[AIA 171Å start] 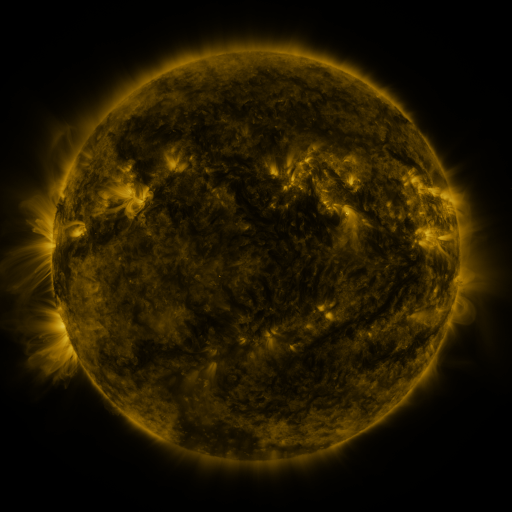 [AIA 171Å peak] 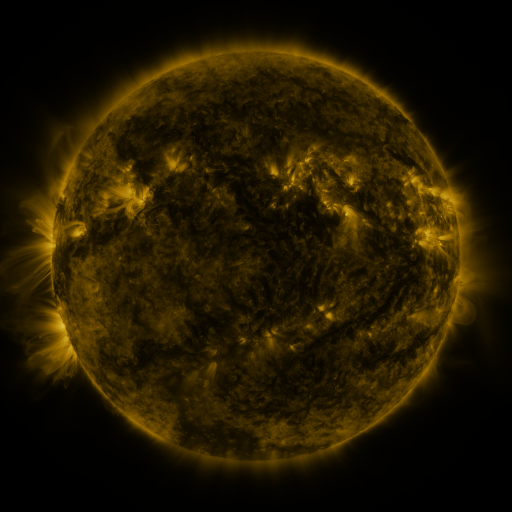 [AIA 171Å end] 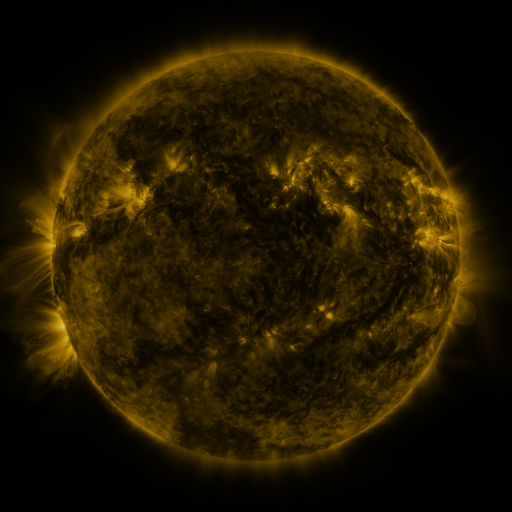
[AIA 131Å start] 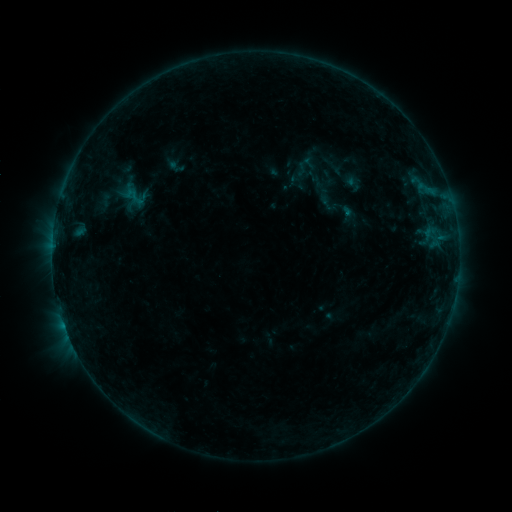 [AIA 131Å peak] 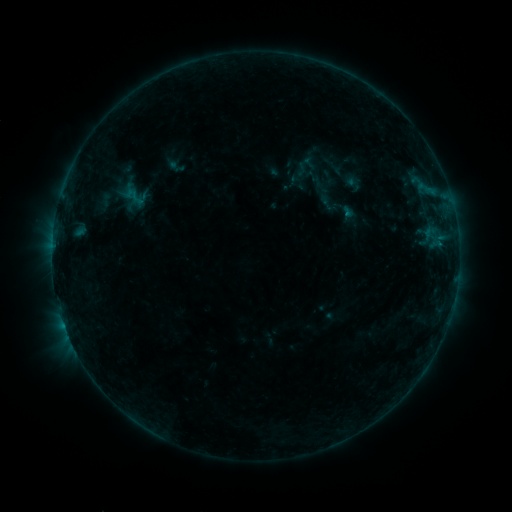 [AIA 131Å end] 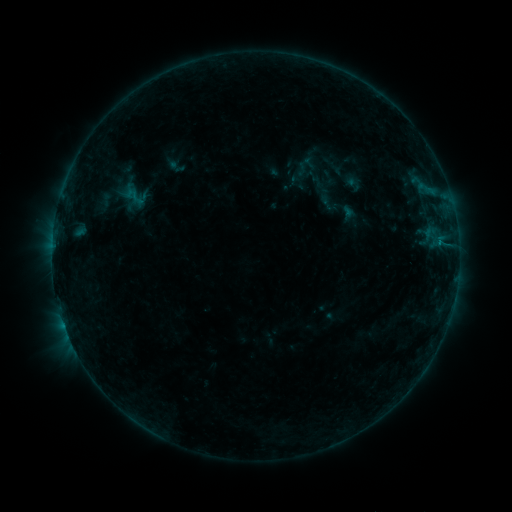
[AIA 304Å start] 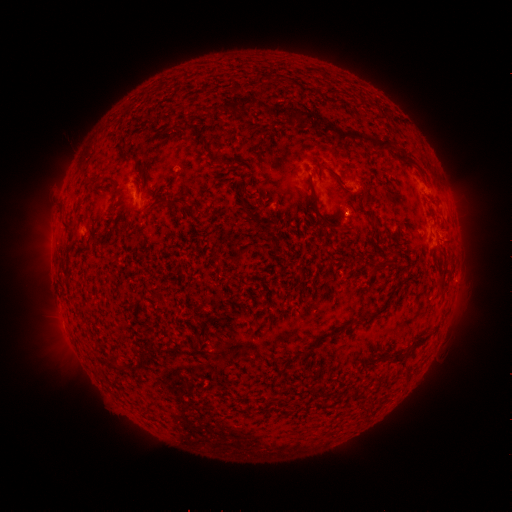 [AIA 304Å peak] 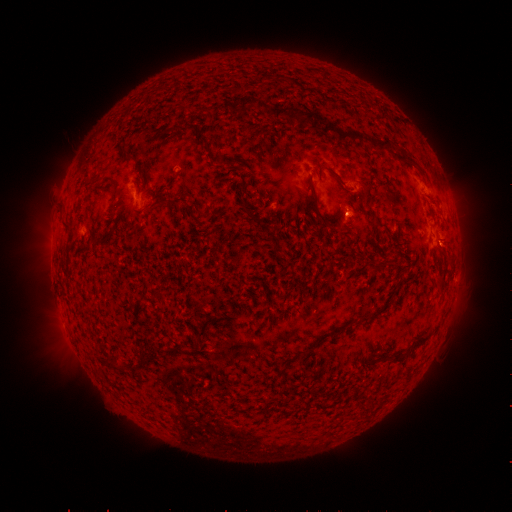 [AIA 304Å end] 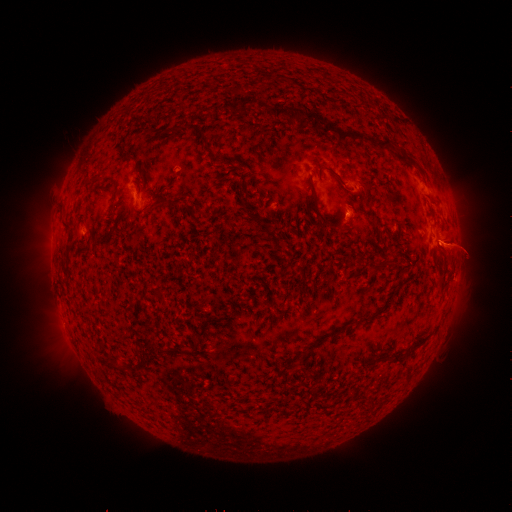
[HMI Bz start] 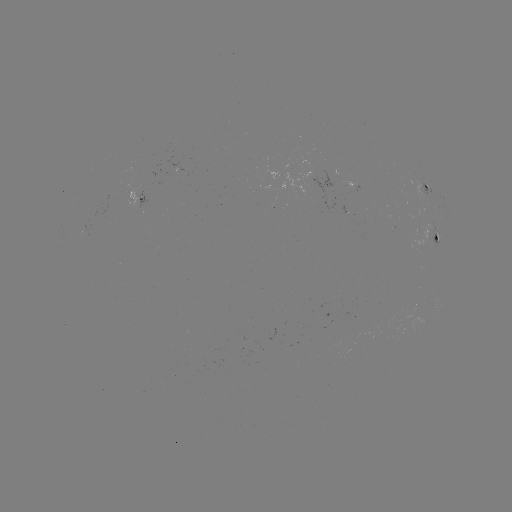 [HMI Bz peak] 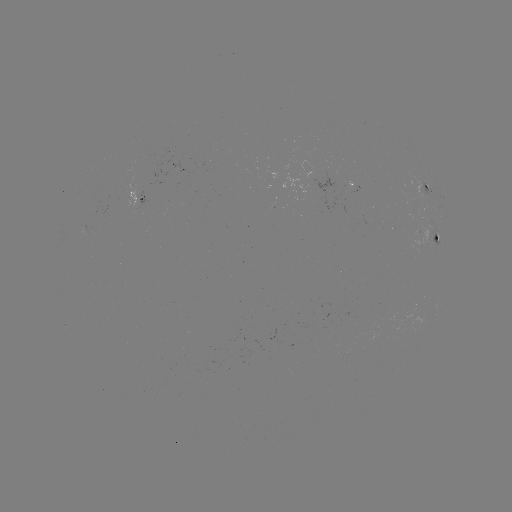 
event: flare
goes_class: B4.2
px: (440, 245)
